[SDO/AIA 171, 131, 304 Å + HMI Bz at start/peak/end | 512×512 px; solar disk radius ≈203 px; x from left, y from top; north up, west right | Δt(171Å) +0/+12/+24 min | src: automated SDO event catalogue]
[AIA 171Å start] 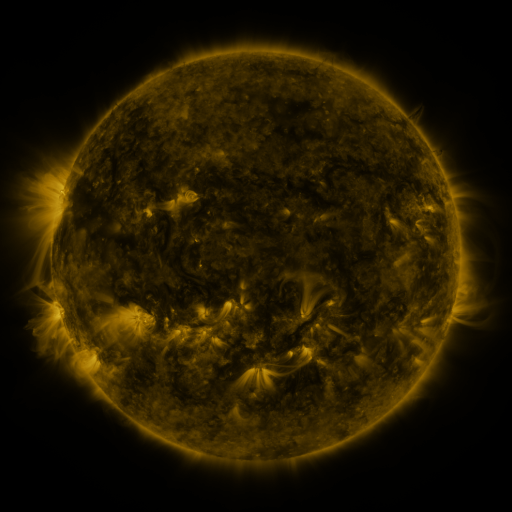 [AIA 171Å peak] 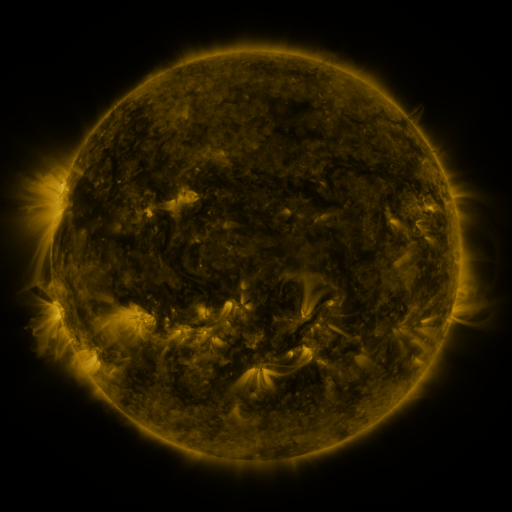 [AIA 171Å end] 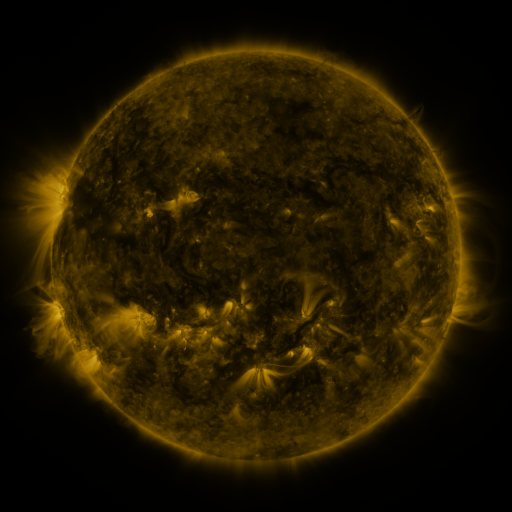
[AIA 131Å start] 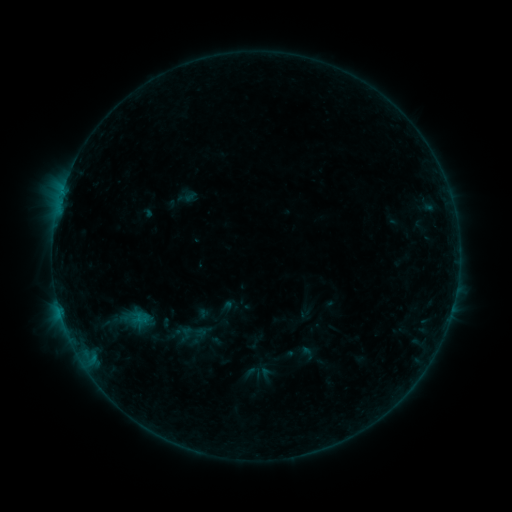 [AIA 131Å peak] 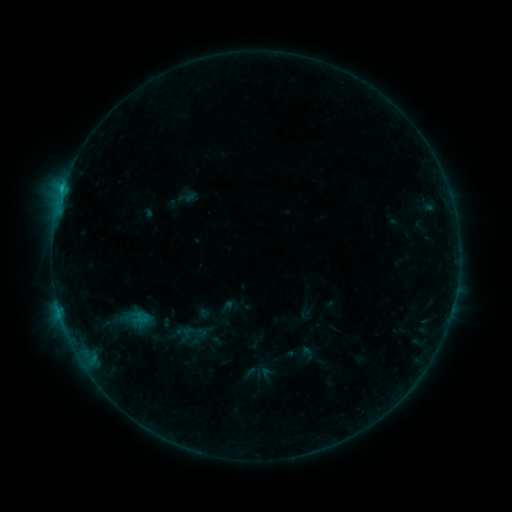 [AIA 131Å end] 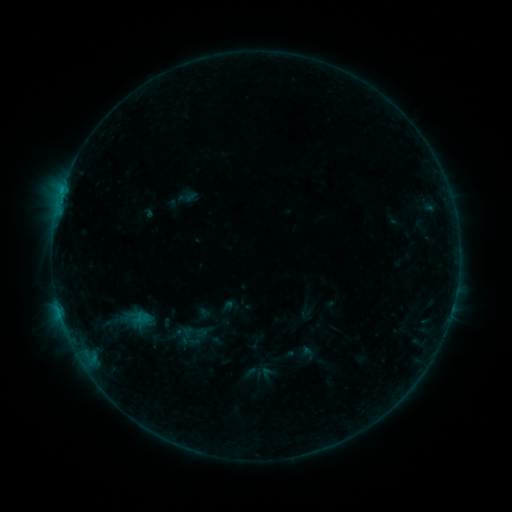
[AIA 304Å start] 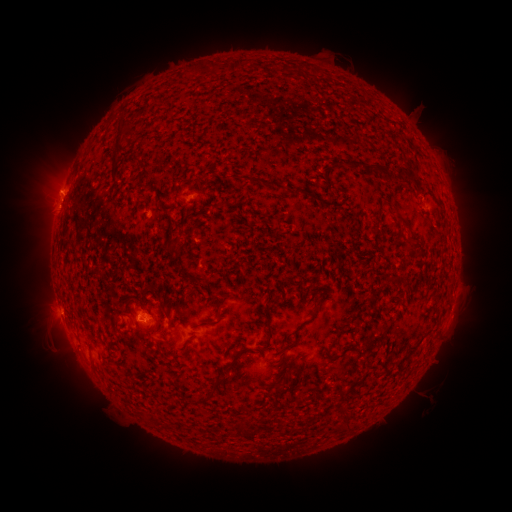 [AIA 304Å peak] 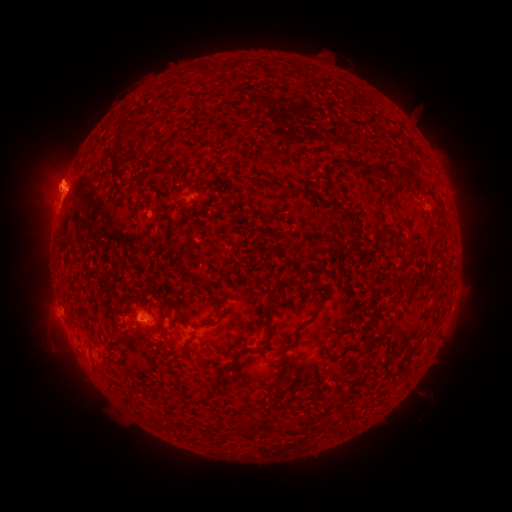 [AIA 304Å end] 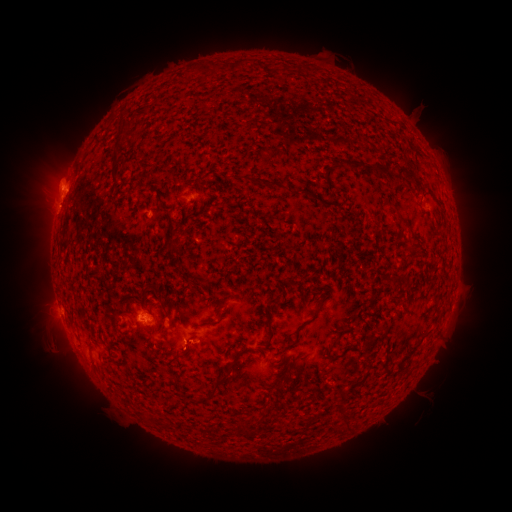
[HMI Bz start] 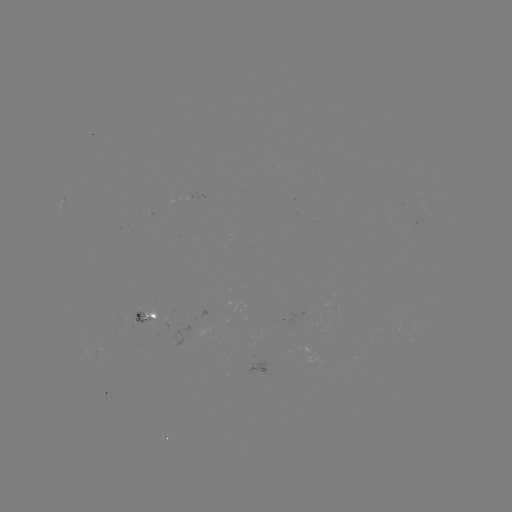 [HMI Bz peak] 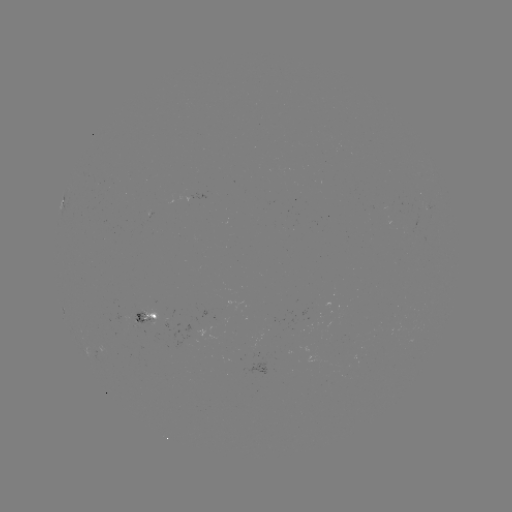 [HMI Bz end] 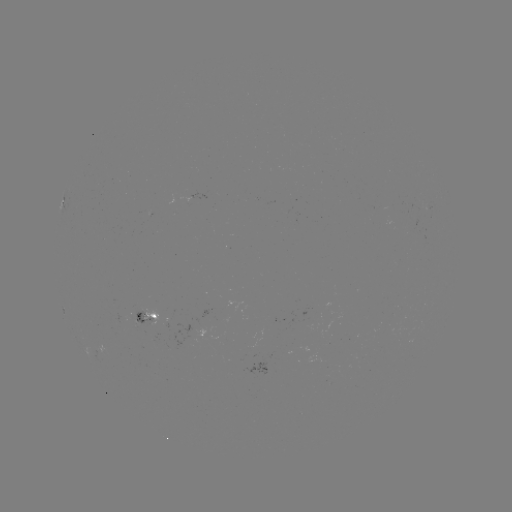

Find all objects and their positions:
B6.1 flare: (63, 190)
